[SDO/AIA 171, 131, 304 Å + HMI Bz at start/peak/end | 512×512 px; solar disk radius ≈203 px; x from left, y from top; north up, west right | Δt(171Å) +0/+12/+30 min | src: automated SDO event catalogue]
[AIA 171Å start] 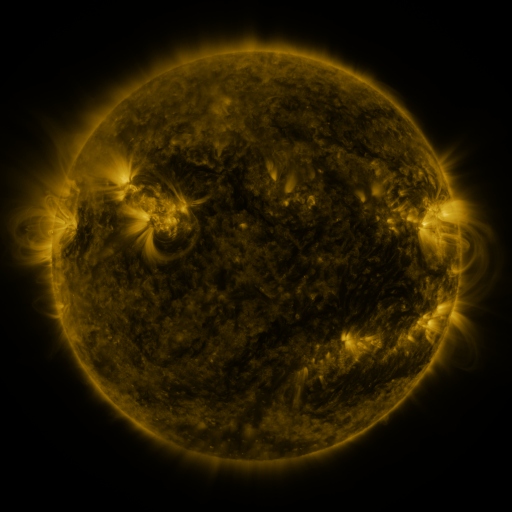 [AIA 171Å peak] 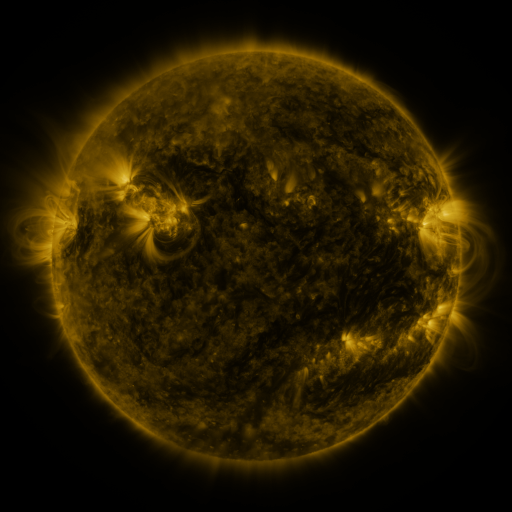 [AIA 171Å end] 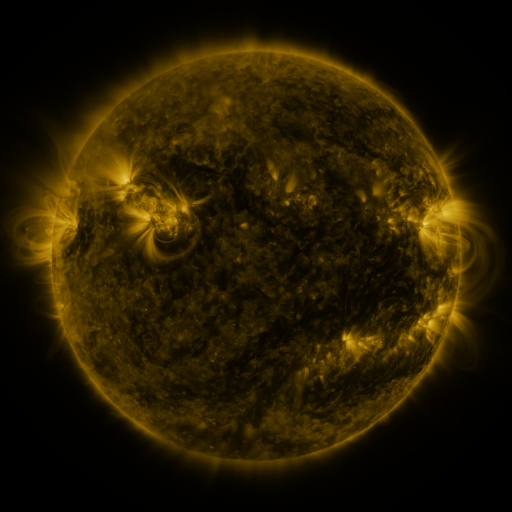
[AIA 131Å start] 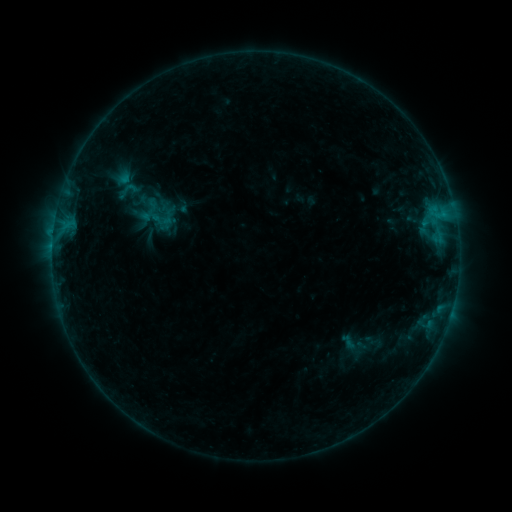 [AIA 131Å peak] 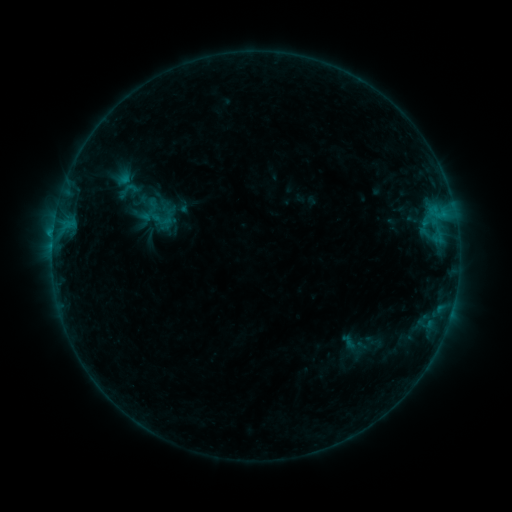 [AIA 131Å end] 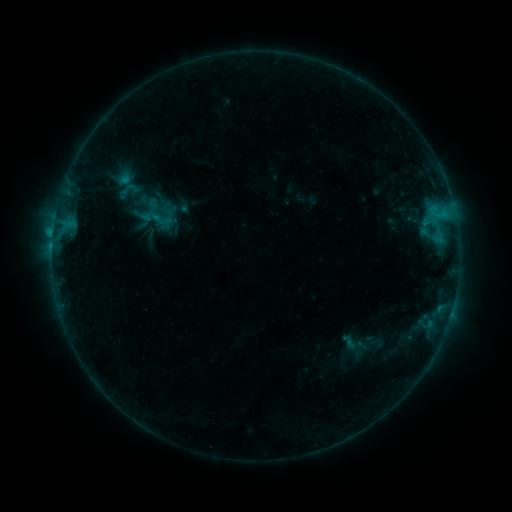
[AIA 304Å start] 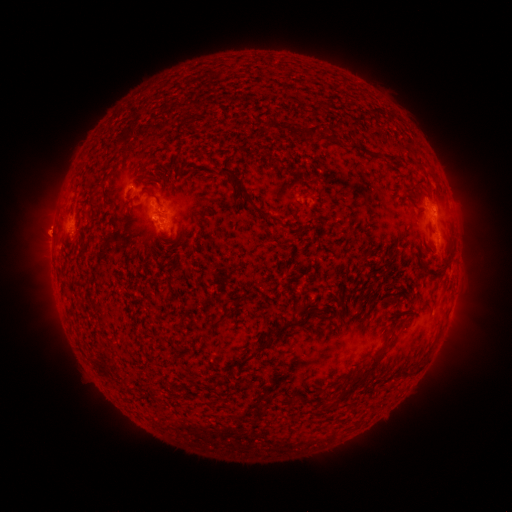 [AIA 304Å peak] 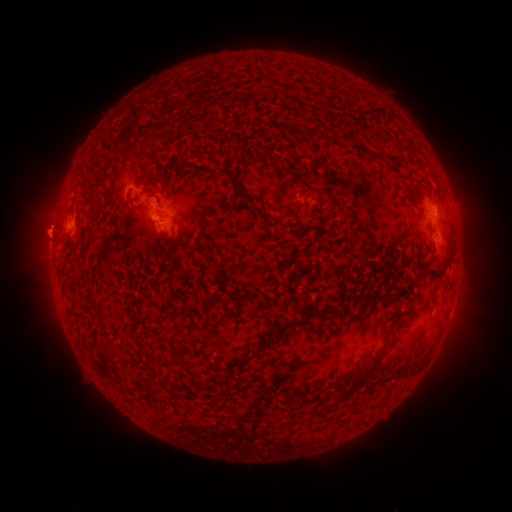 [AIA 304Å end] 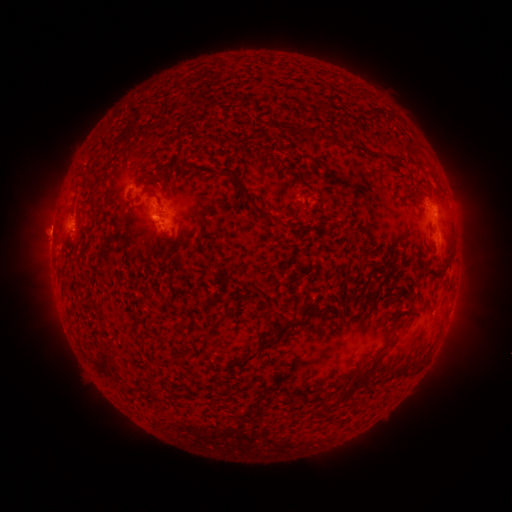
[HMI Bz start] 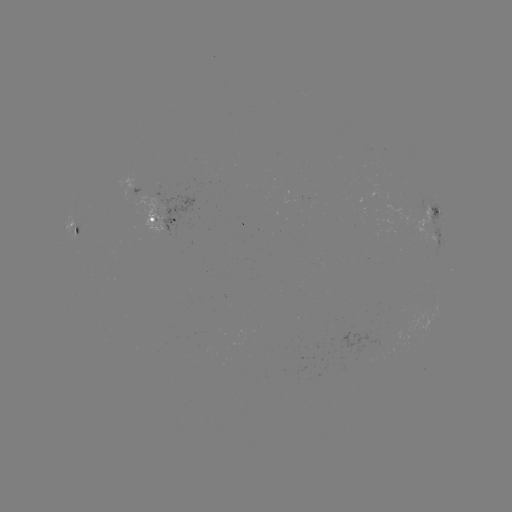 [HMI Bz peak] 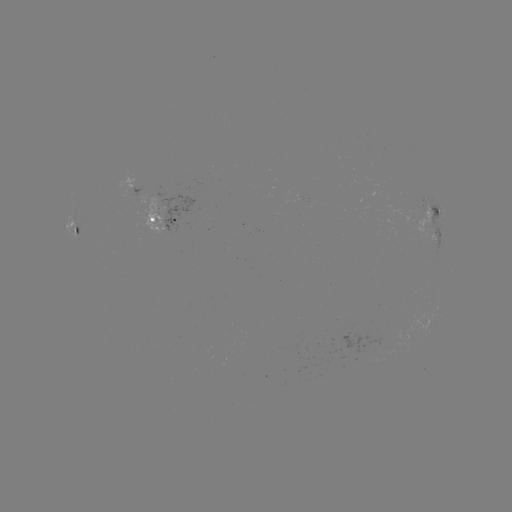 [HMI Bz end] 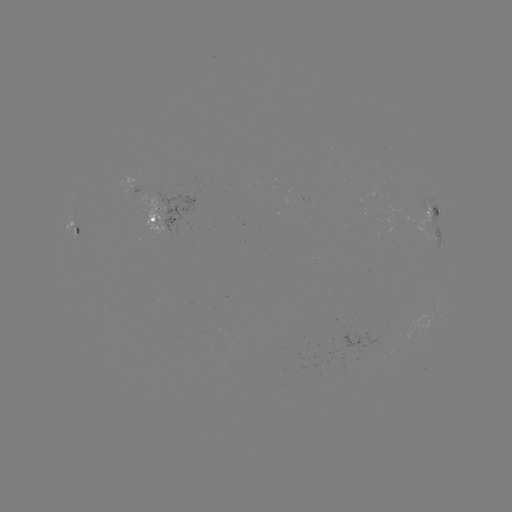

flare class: B8.8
